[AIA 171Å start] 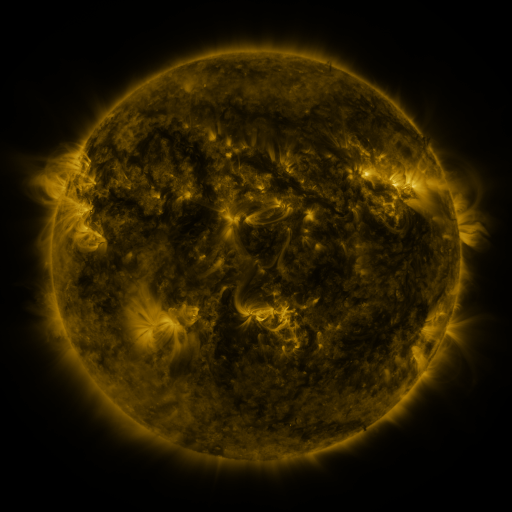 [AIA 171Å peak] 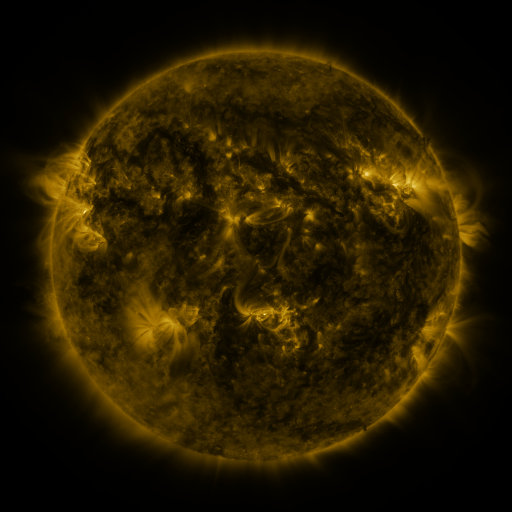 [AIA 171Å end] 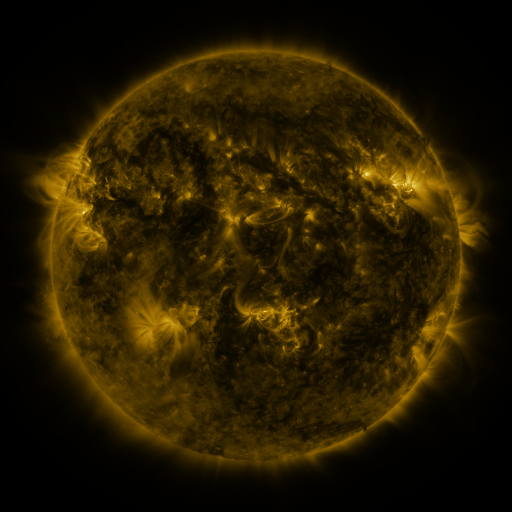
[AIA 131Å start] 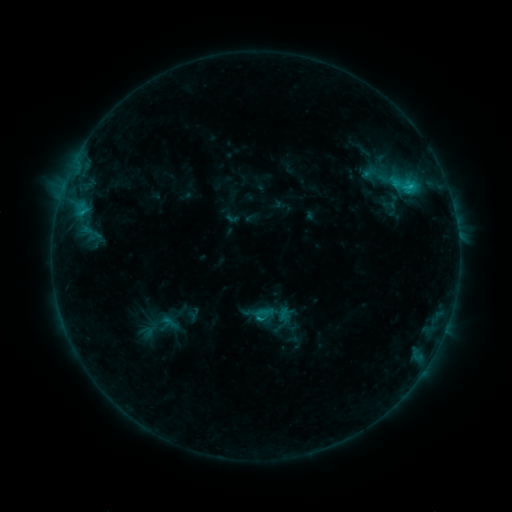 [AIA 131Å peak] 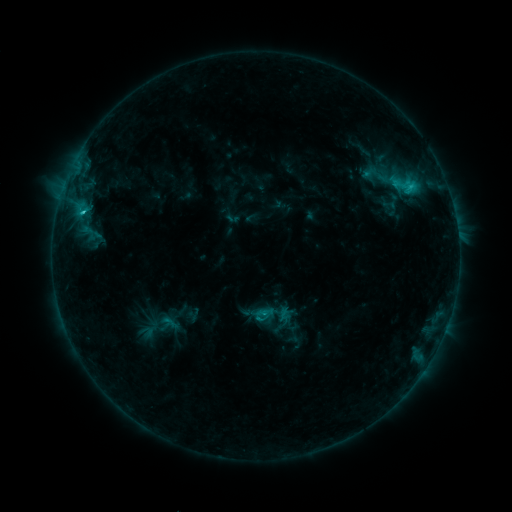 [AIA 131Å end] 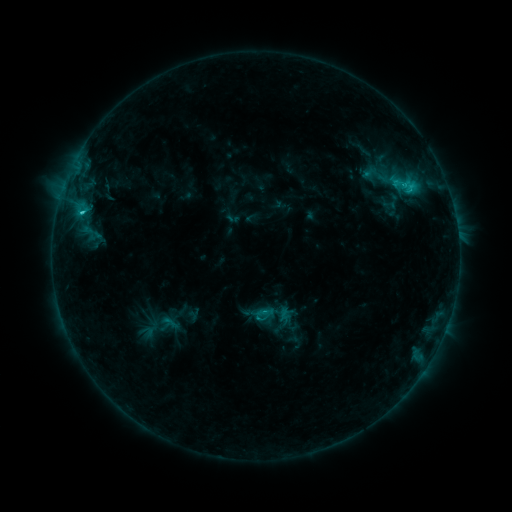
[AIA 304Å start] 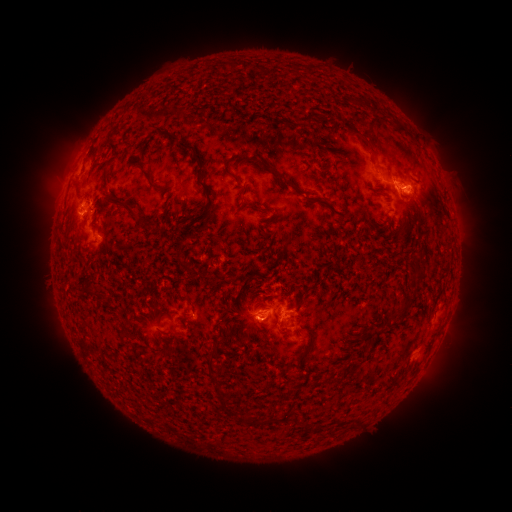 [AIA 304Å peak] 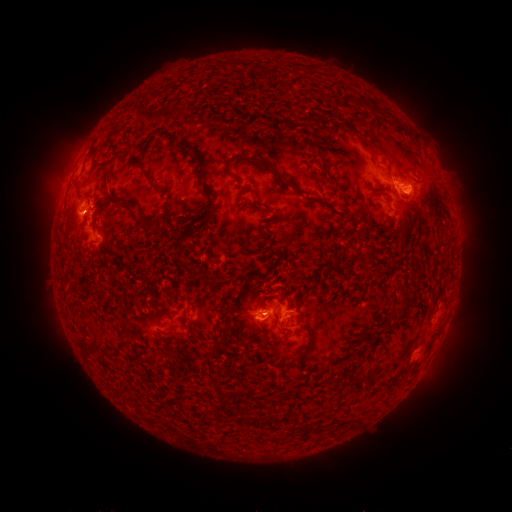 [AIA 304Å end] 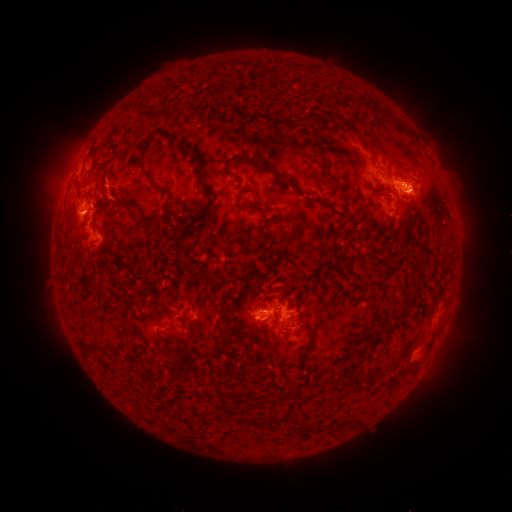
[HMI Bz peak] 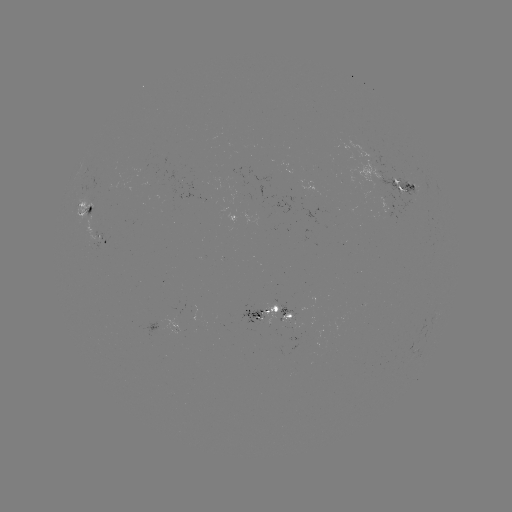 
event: flare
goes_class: C2.5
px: (84, 214)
